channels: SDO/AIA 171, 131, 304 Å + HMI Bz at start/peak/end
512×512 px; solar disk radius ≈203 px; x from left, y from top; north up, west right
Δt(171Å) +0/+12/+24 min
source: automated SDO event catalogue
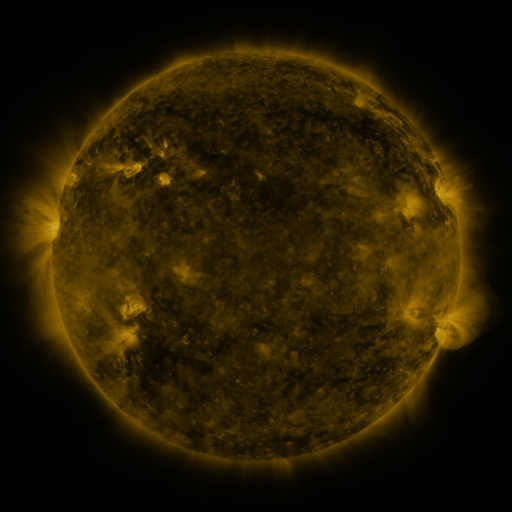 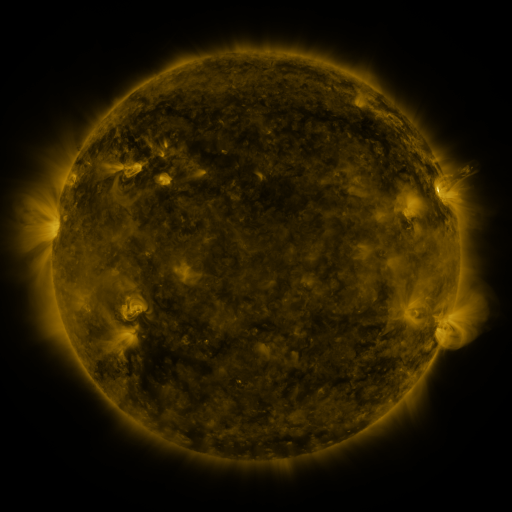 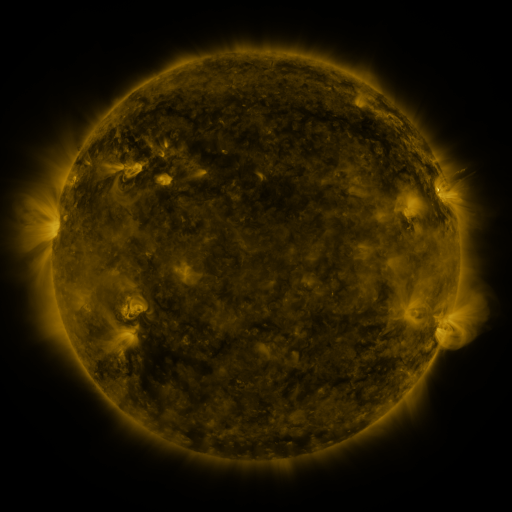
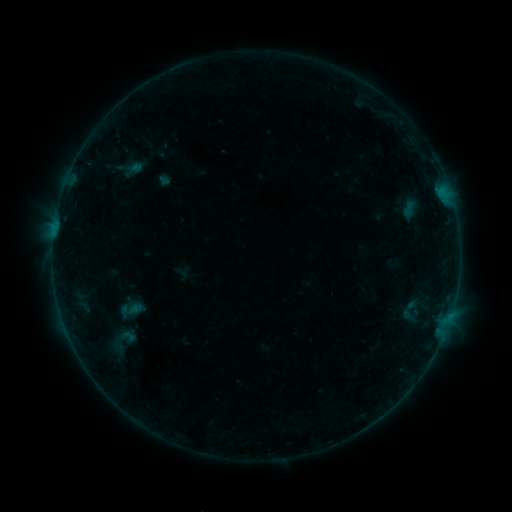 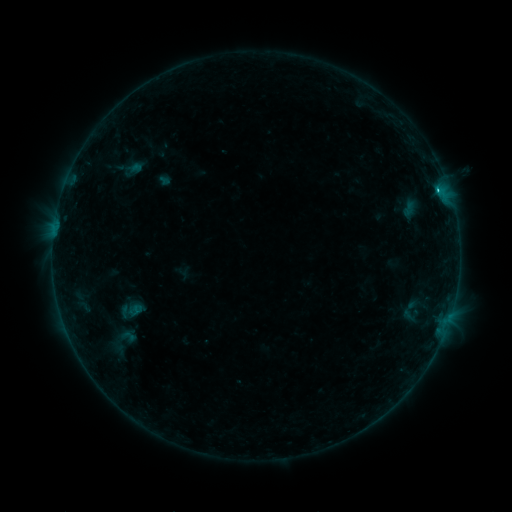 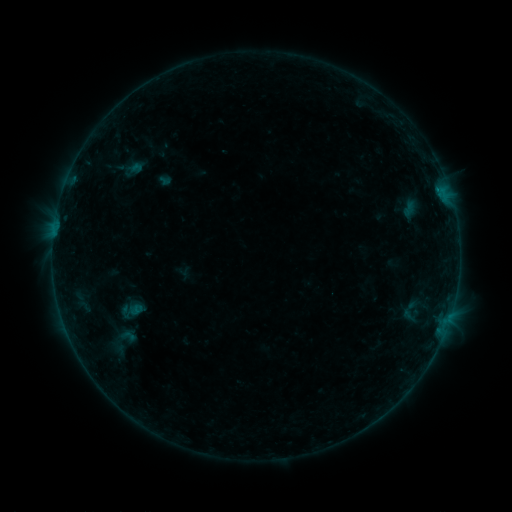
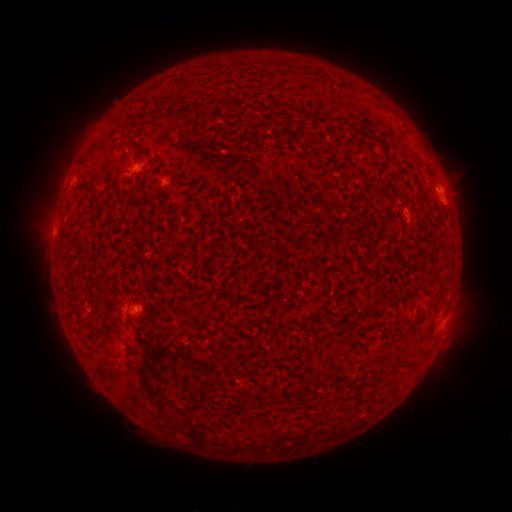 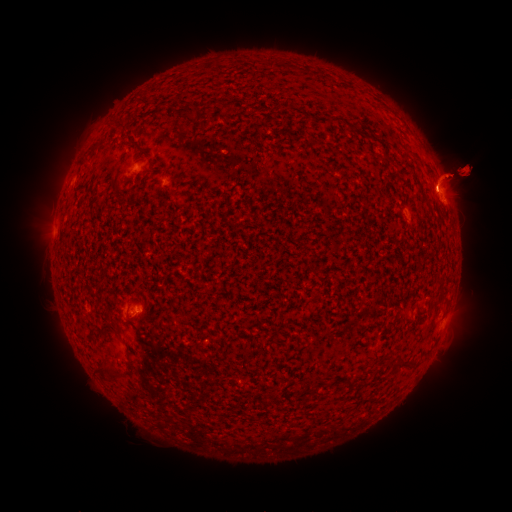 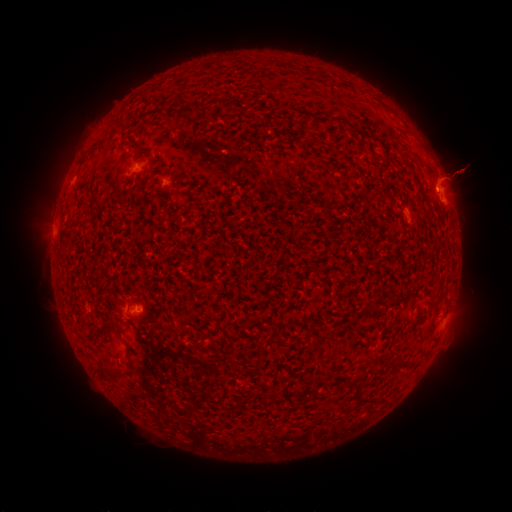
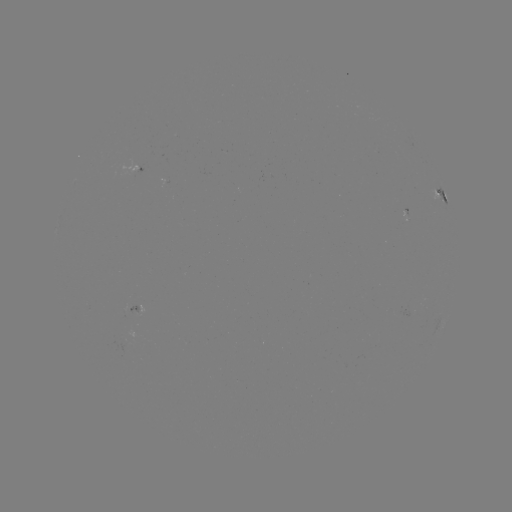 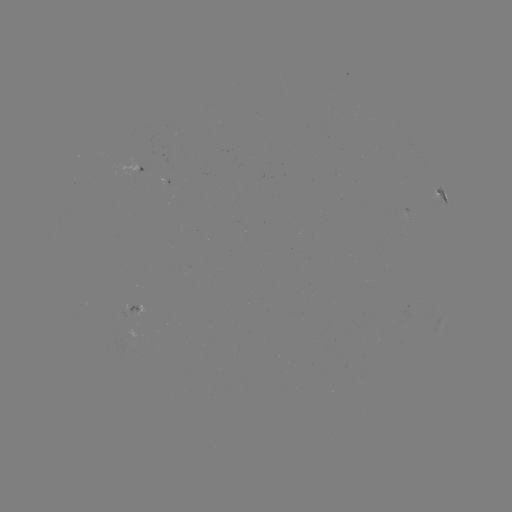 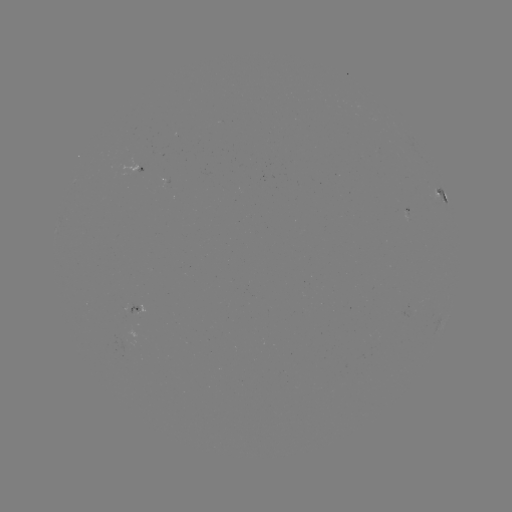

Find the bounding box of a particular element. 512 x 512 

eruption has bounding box [0, 40, 511, 429].